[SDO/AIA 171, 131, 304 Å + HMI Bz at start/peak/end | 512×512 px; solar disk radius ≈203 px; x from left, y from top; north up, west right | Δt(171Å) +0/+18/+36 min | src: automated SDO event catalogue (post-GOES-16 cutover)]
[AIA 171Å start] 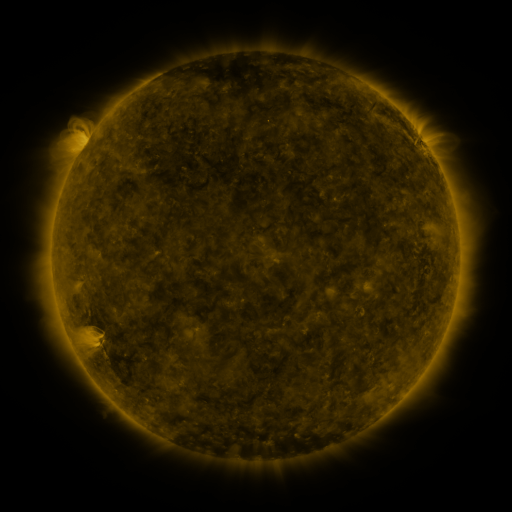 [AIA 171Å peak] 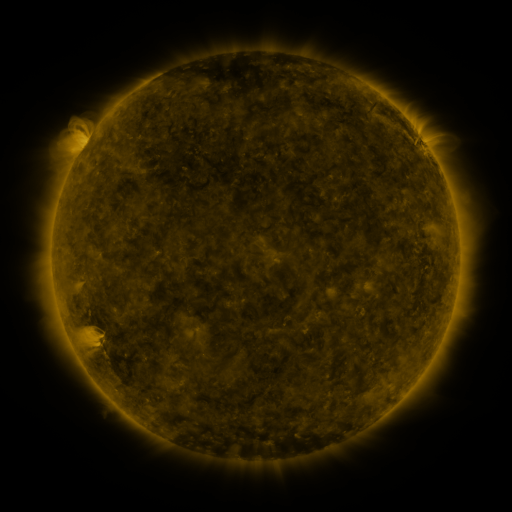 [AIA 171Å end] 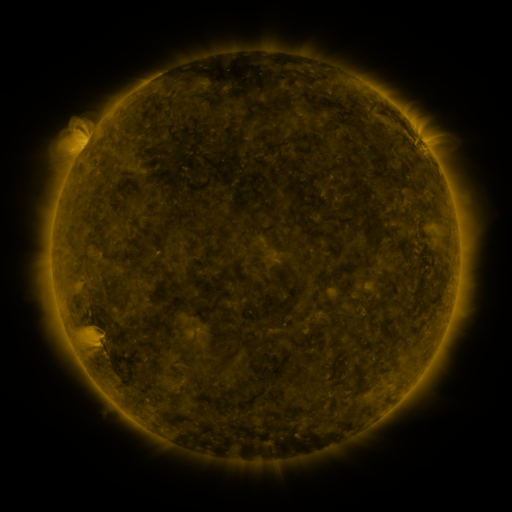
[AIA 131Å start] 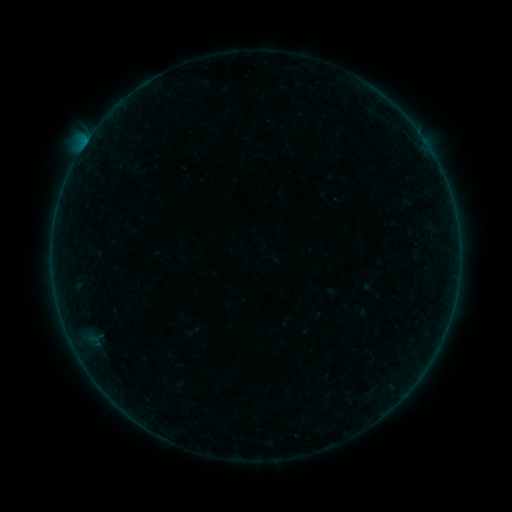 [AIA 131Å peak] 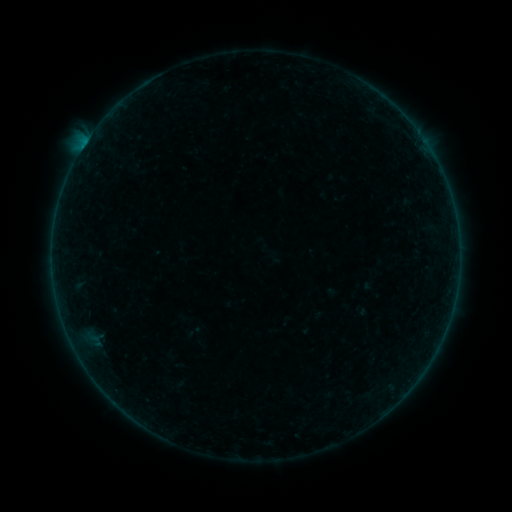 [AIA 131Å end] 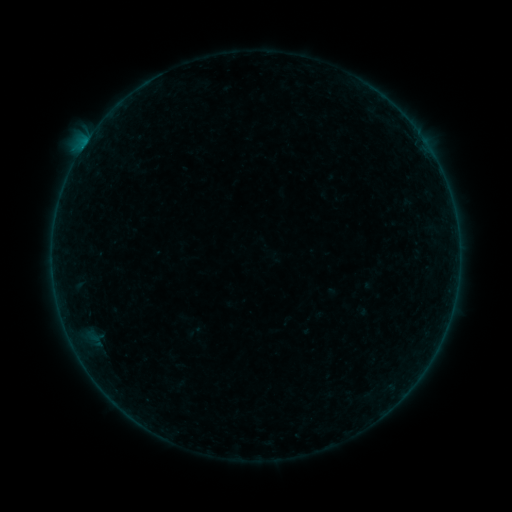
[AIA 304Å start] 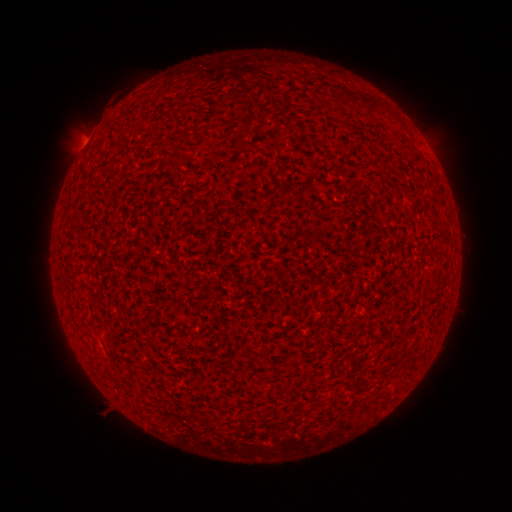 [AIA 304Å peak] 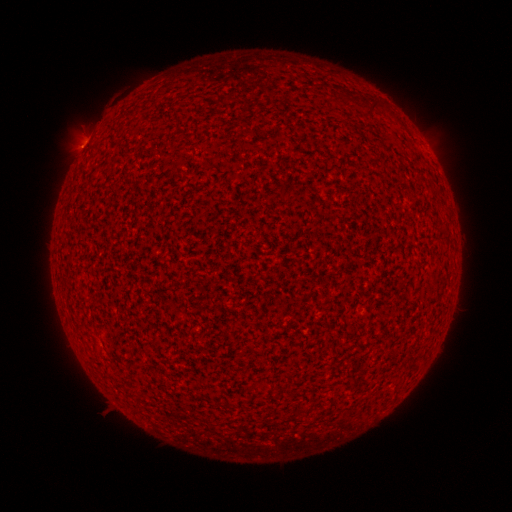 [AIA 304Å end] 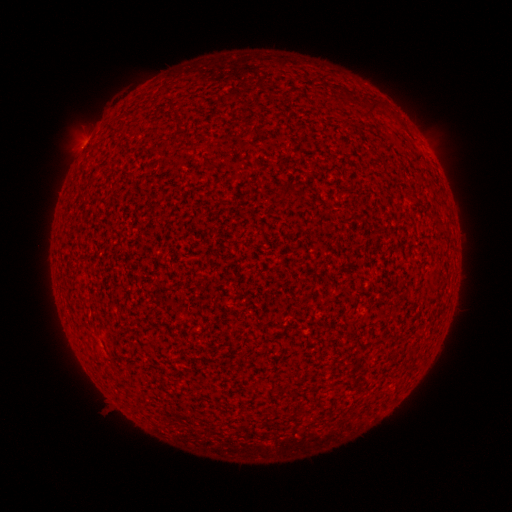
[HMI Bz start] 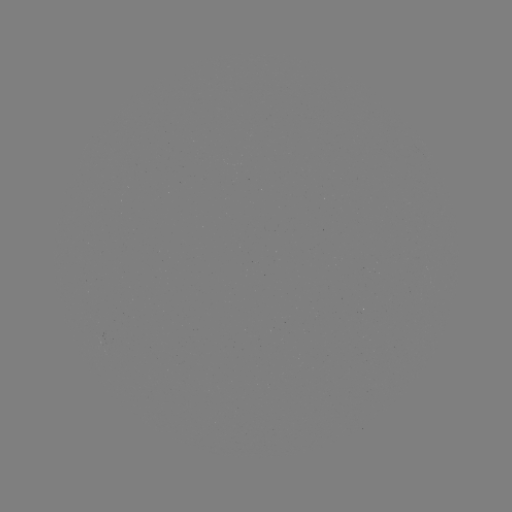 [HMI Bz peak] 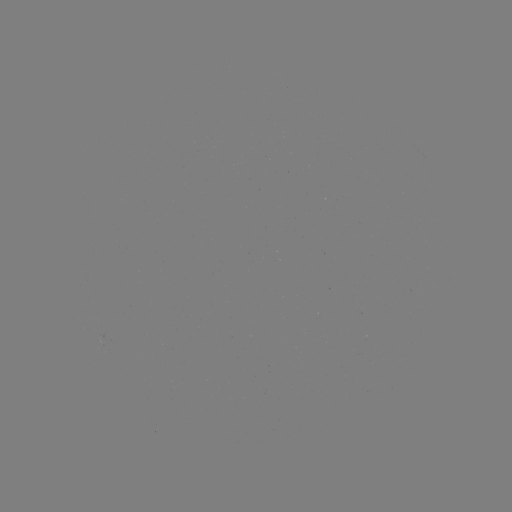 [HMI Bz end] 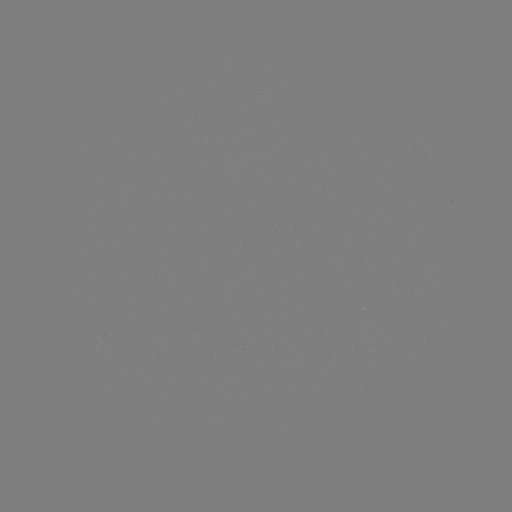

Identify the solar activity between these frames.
B2.6 flare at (83, 148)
